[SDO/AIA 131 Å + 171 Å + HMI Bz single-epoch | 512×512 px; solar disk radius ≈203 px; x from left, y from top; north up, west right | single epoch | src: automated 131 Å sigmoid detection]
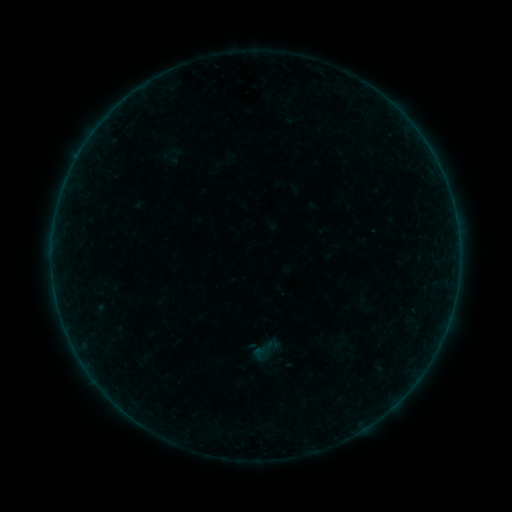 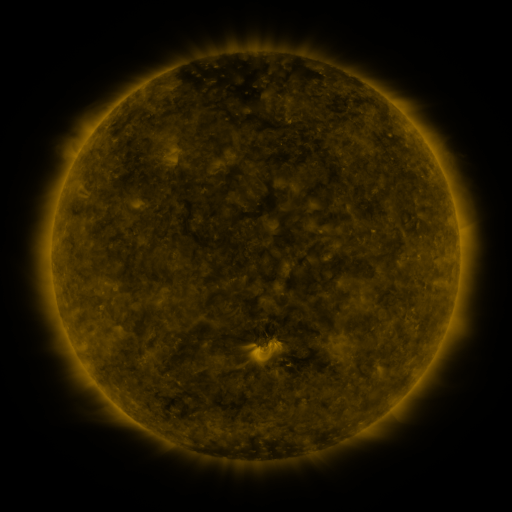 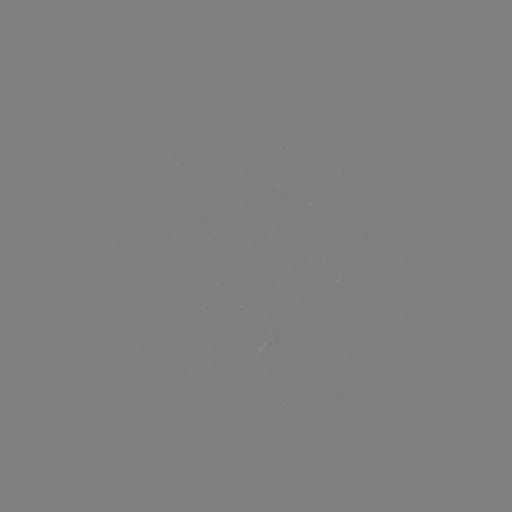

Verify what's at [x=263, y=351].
sigmoid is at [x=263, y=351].